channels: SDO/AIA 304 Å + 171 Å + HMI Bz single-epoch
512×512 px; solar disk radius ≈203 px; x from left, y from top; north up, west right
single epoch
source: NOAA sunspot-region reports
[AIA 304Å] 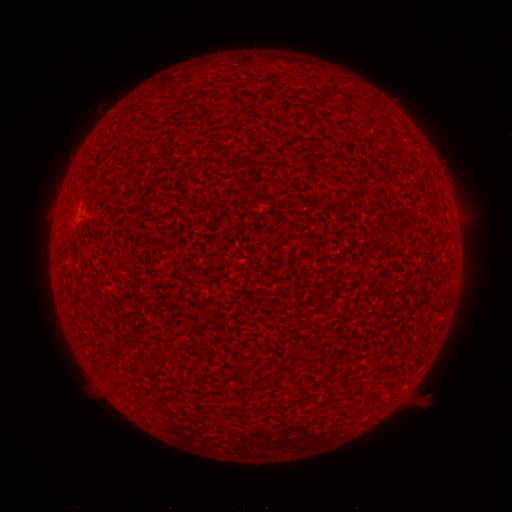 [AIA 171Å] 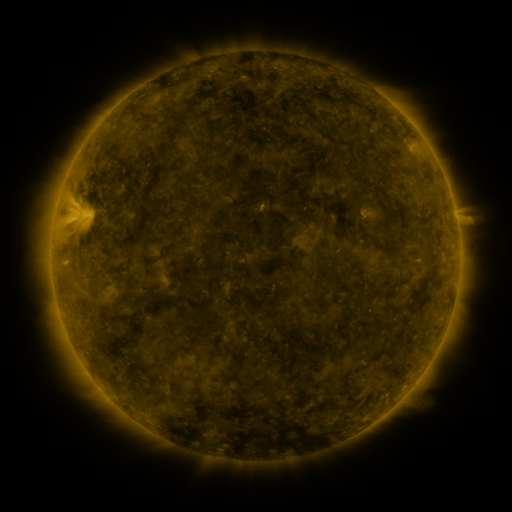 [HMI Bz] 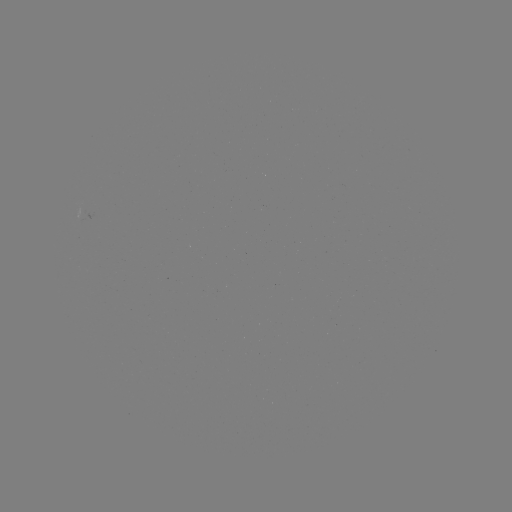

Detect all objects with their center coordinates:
(none)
